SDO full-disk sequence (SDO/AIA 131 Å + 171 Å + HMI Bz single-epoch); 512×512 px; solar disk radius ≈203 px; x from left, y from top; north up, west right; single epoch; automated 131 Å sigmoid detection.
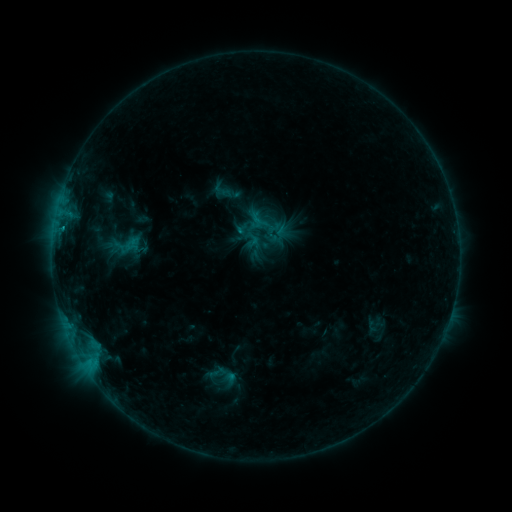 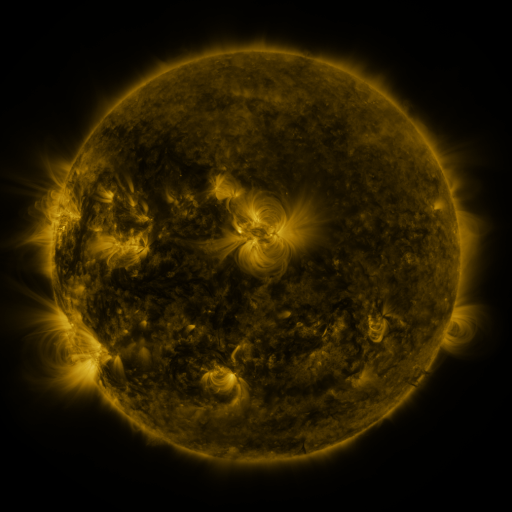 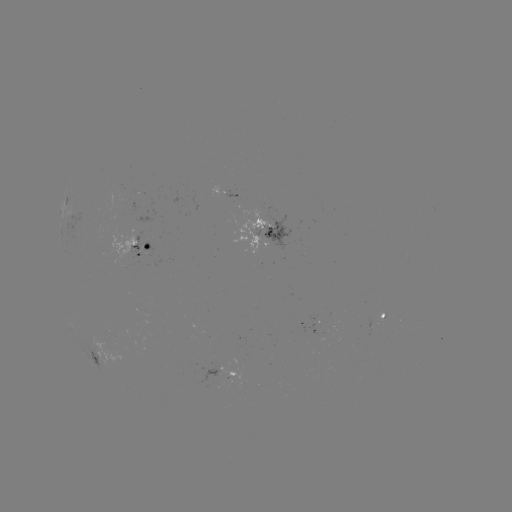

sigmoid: <bbox>212, 180, 232, 201</bbox>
